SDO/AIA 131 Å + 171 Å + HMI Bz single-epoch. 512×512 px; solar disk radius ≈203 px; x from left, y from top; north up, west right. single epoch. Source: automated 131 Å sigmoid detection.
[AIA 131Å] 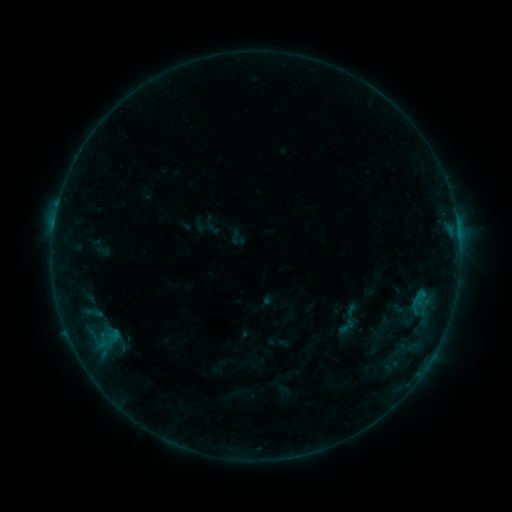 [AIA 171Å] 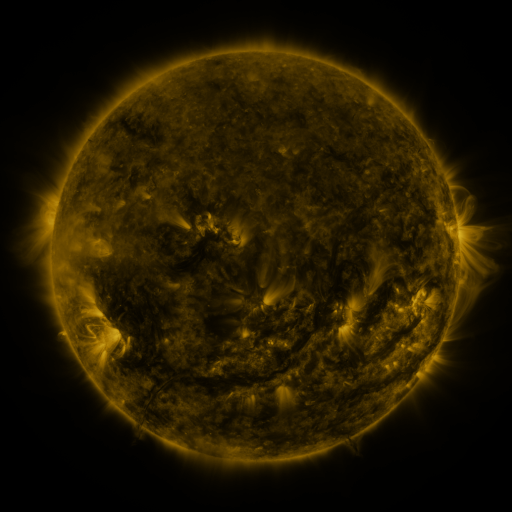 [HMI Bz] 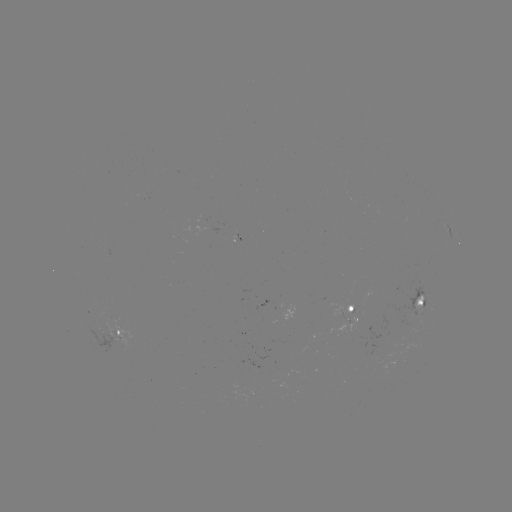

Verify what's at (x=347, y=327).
sigmoid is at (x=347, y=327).